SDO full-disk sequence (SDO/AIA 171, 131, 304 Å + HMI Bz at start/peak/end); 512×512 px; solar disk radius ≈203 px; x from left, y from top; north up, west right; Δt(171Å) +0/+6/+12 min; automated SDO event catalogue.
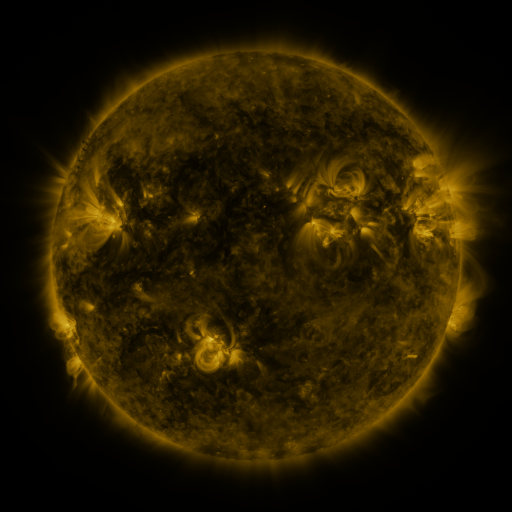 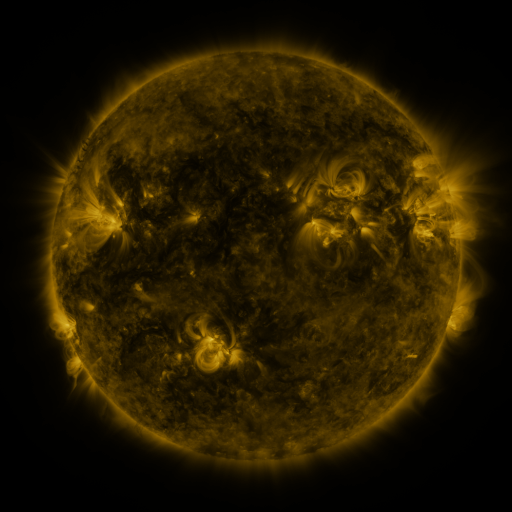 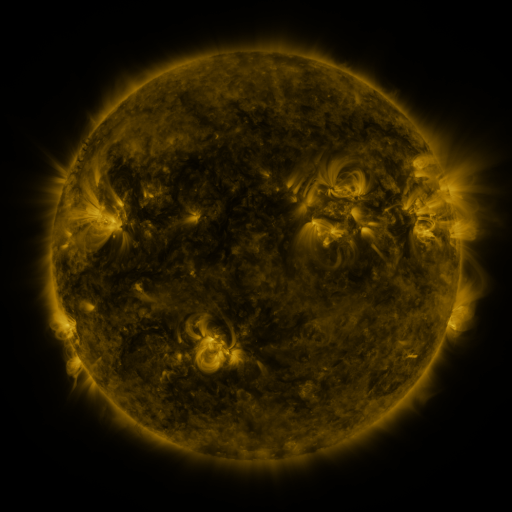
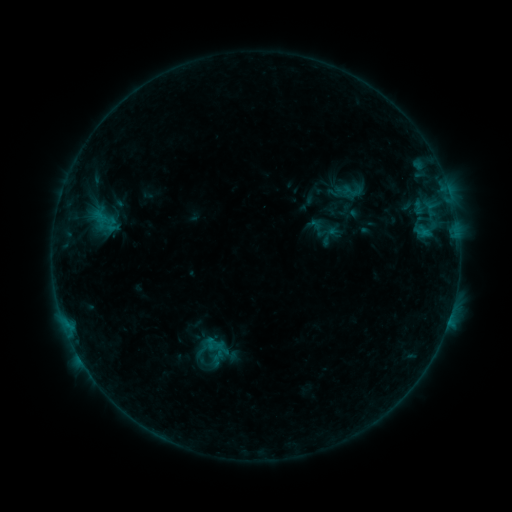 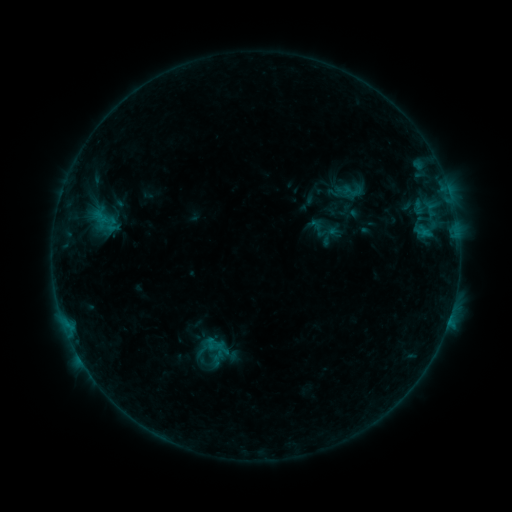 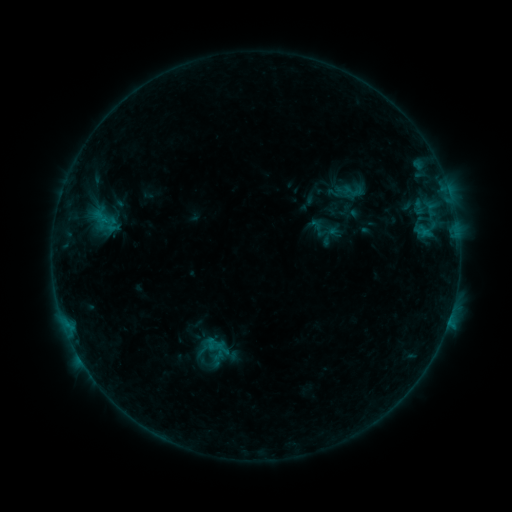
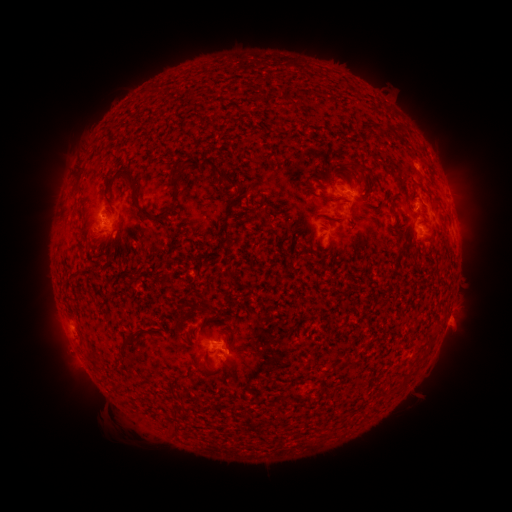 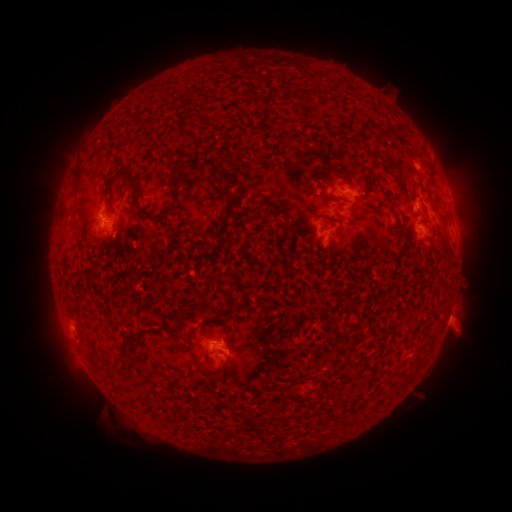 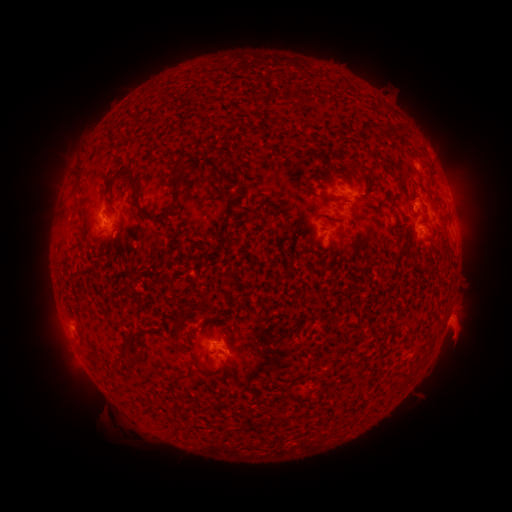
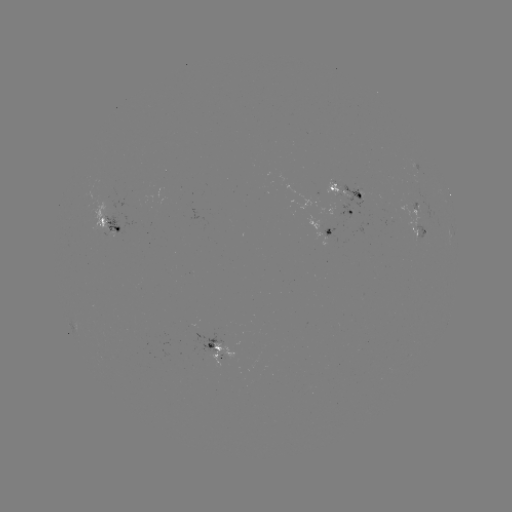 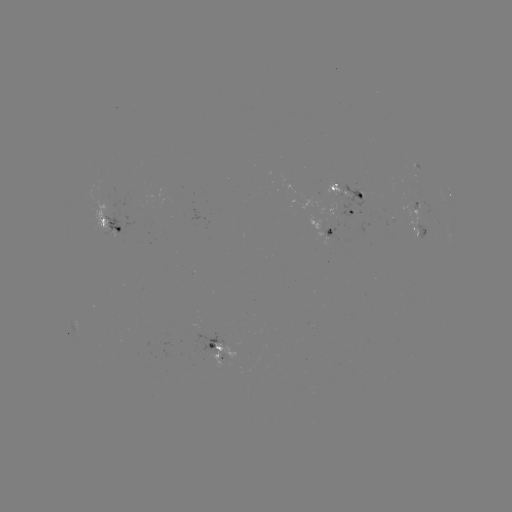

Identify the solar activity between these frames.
eruption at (459, 329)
